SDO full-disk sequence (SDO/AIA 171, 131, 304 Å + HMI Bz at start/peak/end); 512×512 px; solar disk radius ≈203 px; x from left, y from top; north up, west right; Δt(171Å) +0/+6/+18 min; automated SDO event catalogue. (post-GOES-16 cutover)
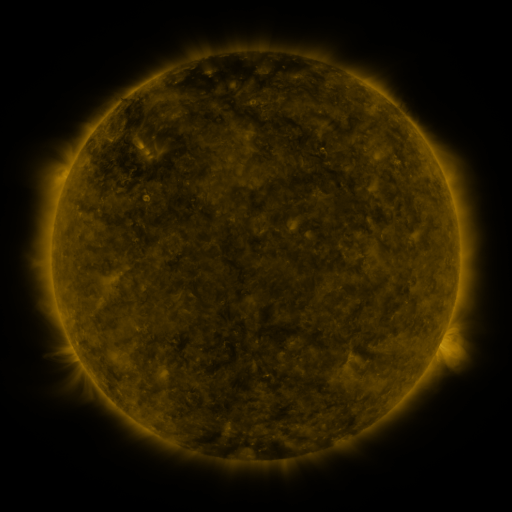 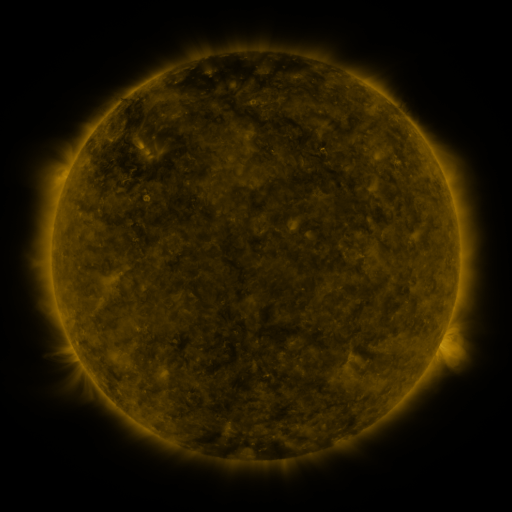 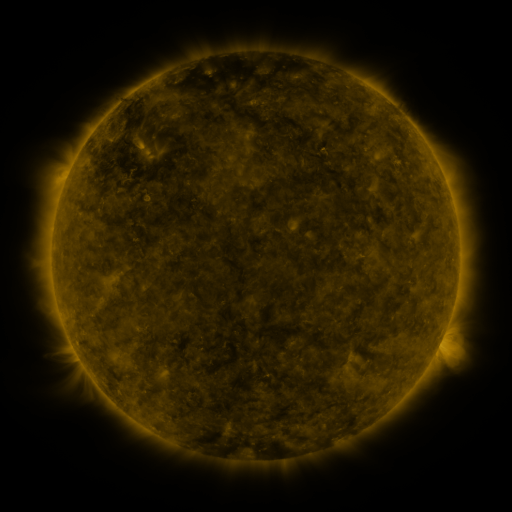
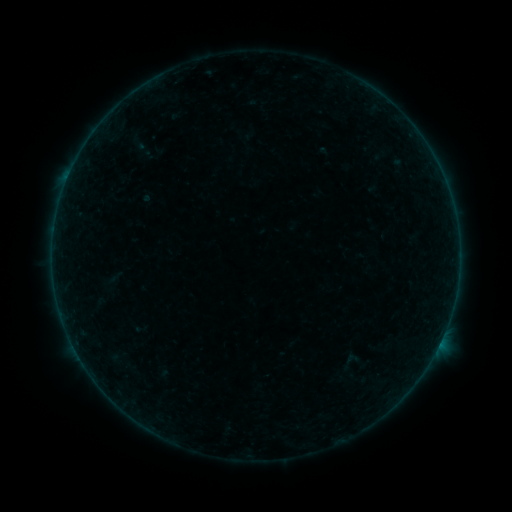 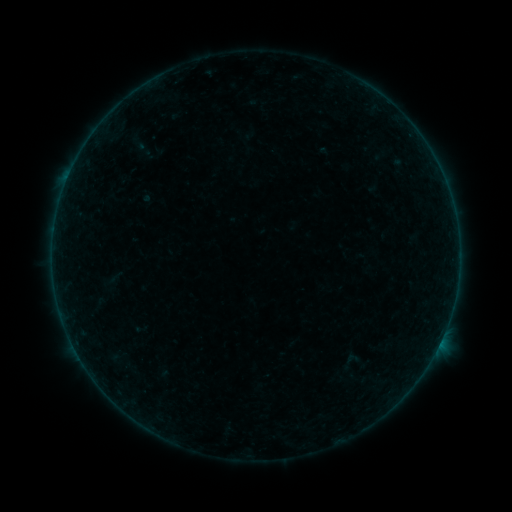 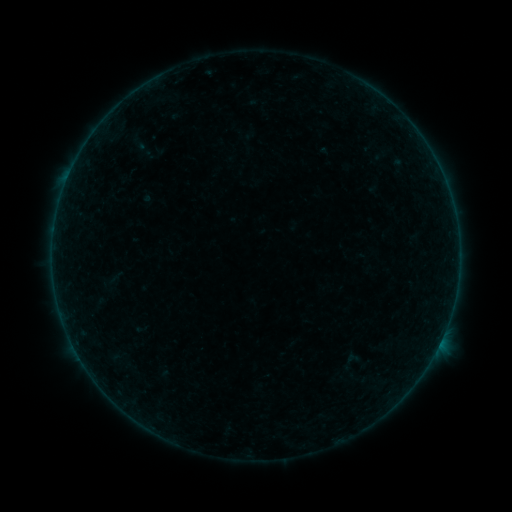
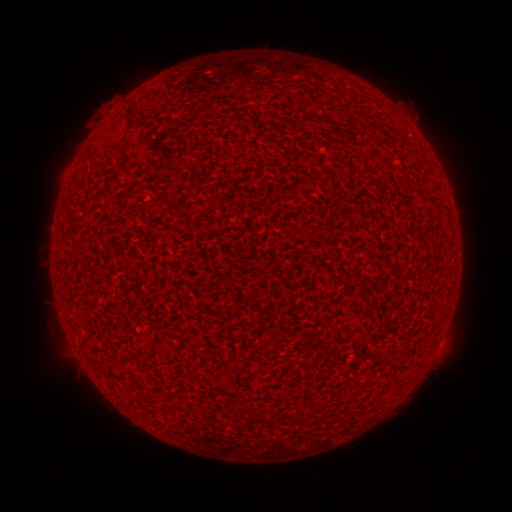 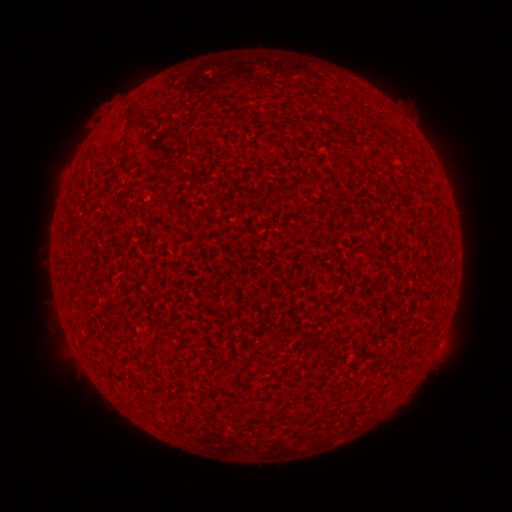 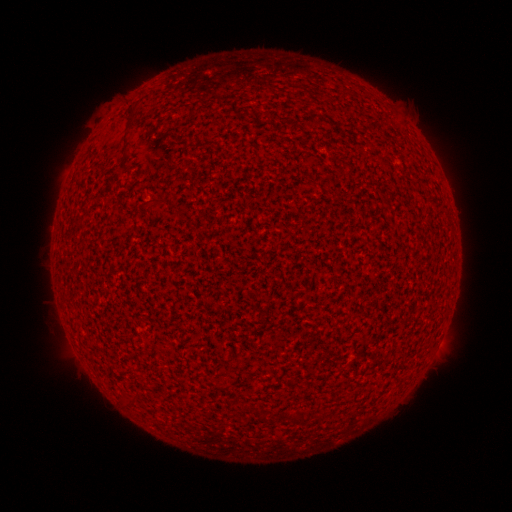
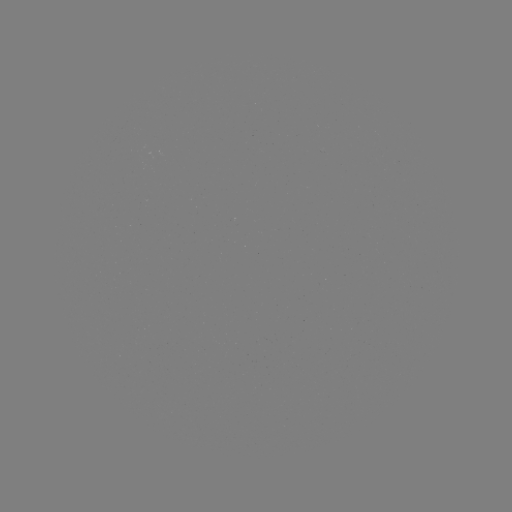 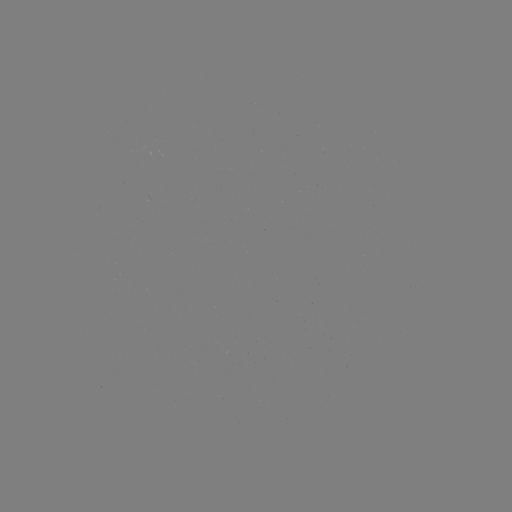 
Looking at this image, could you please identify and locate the A4.1 flare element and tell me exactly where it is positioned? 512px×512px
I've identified A4.1 flare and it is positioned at [440, 342].